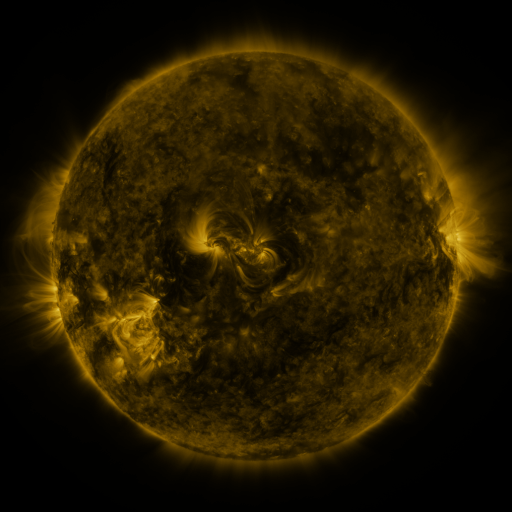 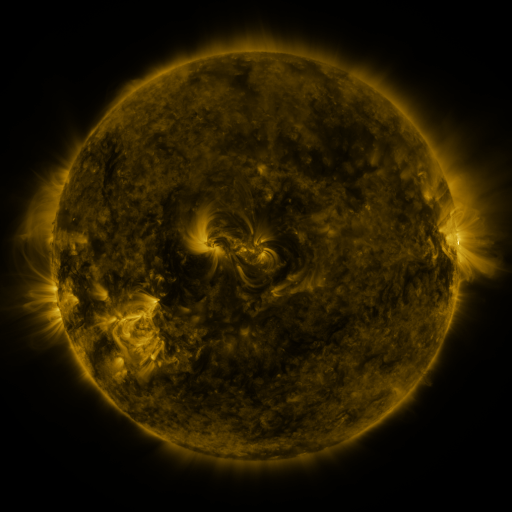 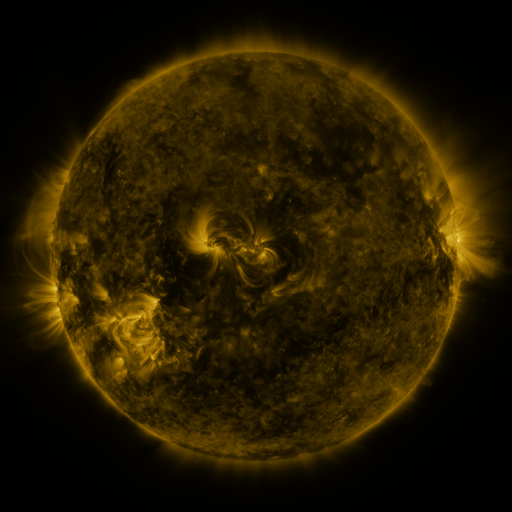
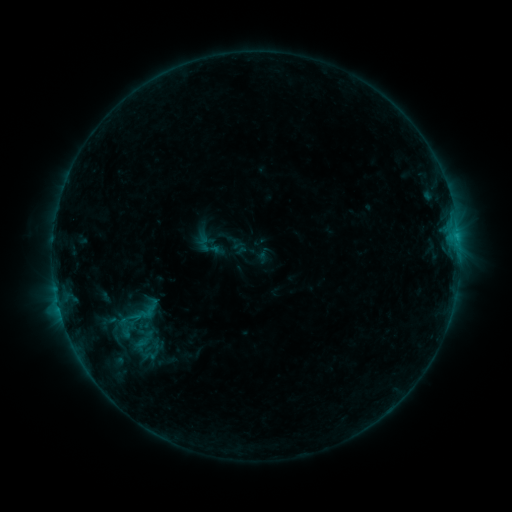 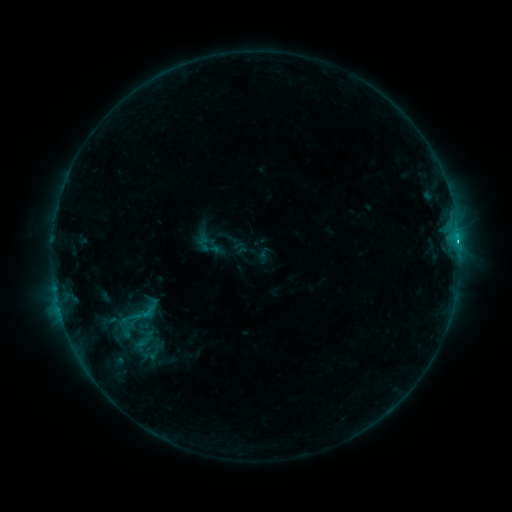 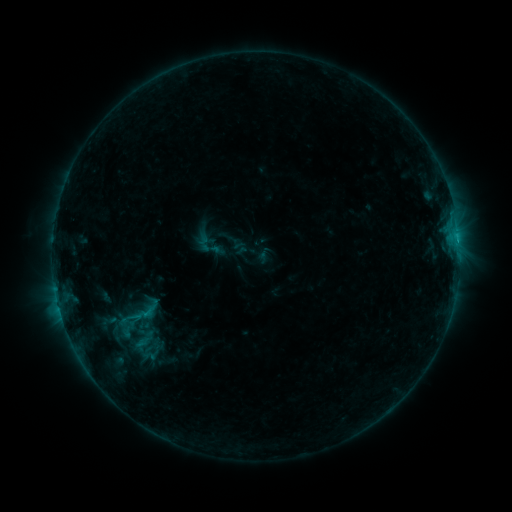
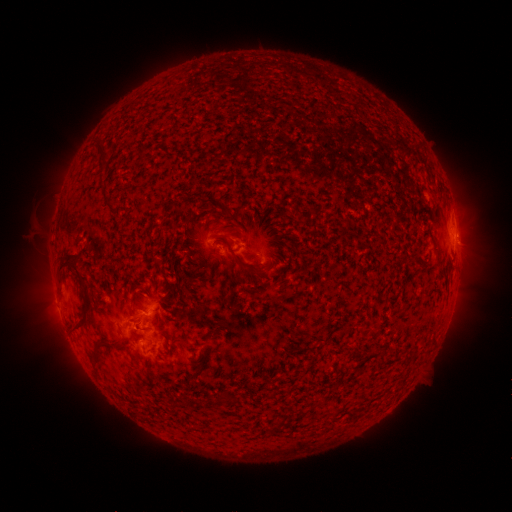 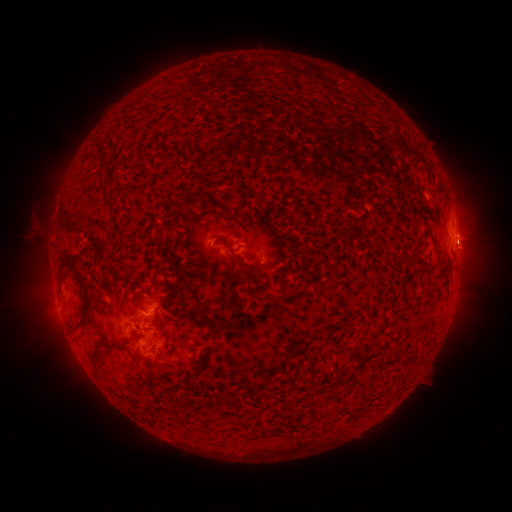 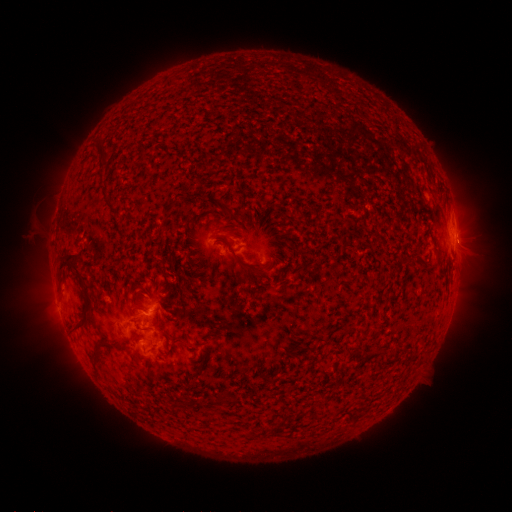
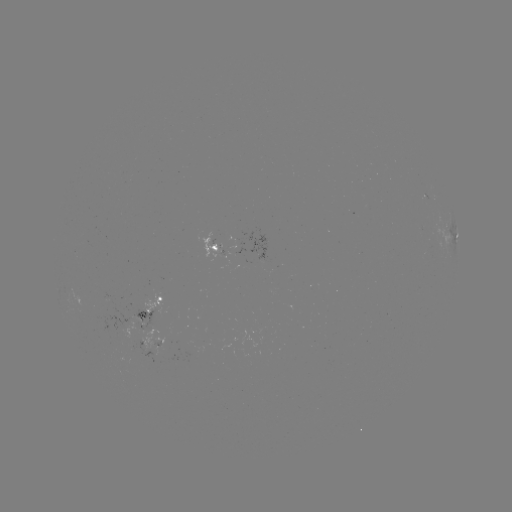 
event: flare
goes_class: C1.1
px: (456, 243)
